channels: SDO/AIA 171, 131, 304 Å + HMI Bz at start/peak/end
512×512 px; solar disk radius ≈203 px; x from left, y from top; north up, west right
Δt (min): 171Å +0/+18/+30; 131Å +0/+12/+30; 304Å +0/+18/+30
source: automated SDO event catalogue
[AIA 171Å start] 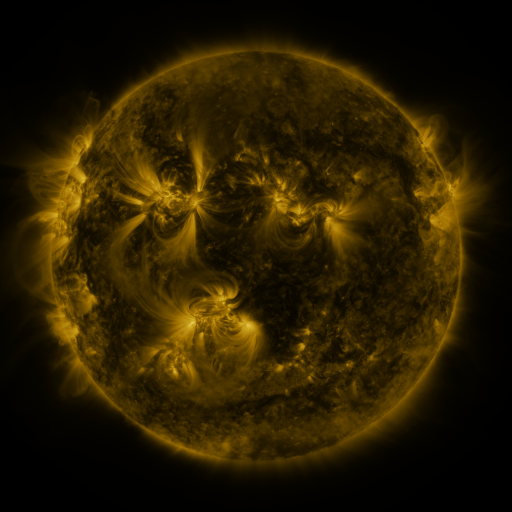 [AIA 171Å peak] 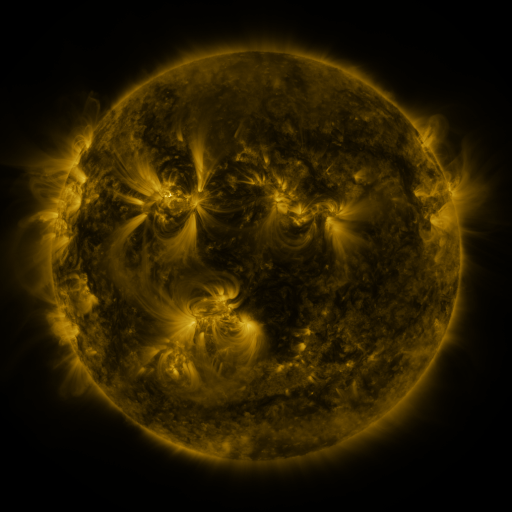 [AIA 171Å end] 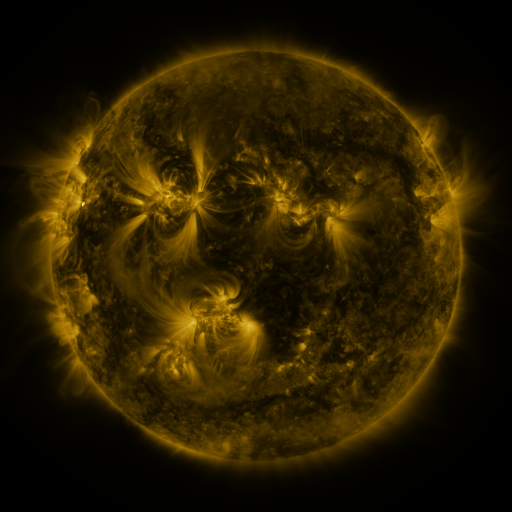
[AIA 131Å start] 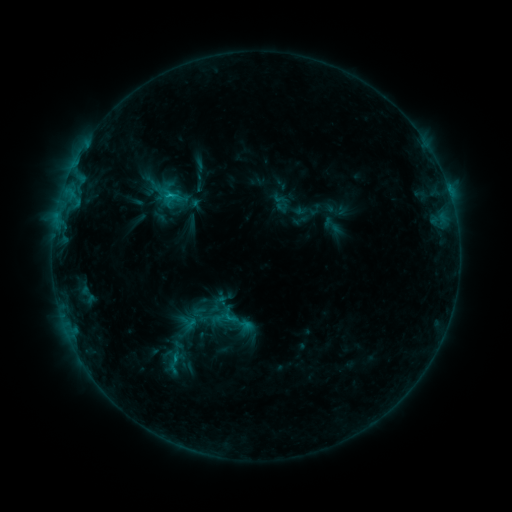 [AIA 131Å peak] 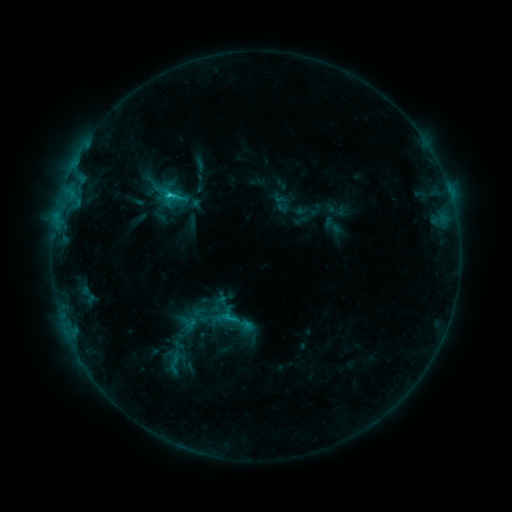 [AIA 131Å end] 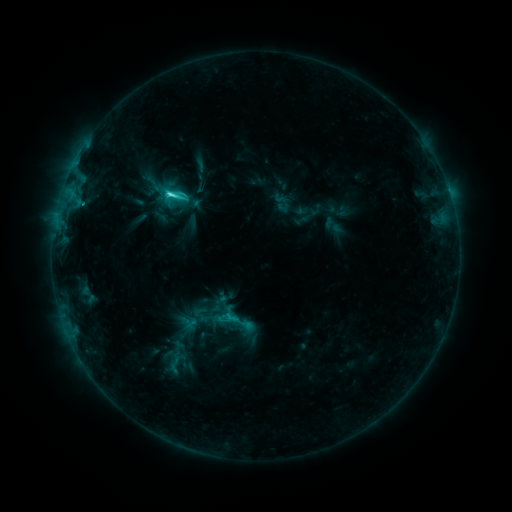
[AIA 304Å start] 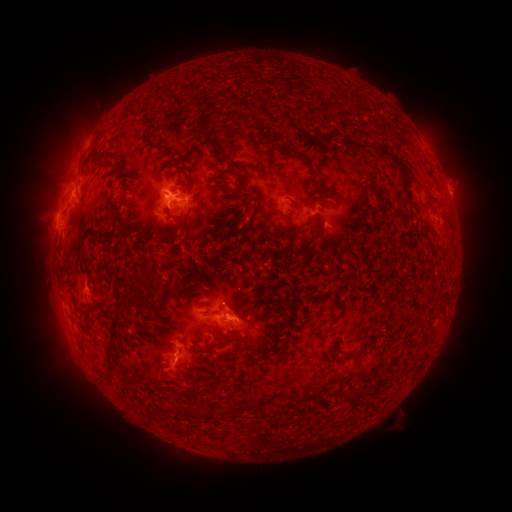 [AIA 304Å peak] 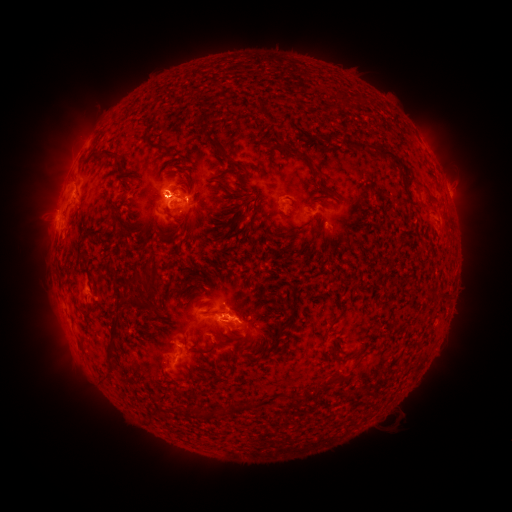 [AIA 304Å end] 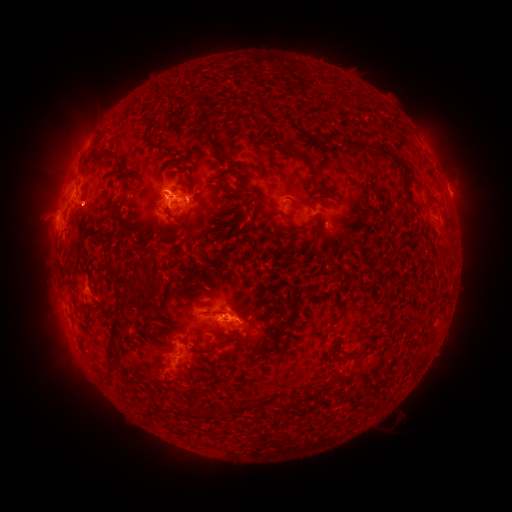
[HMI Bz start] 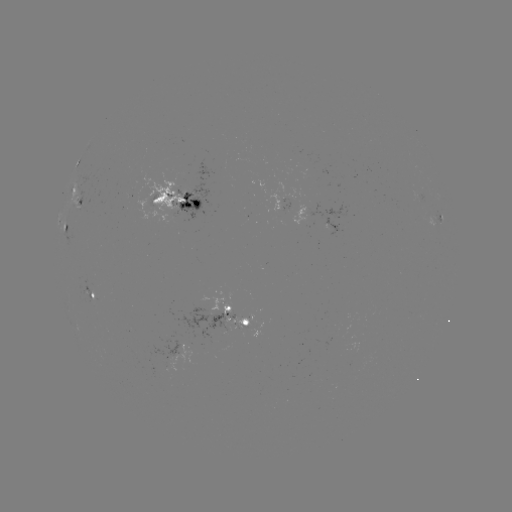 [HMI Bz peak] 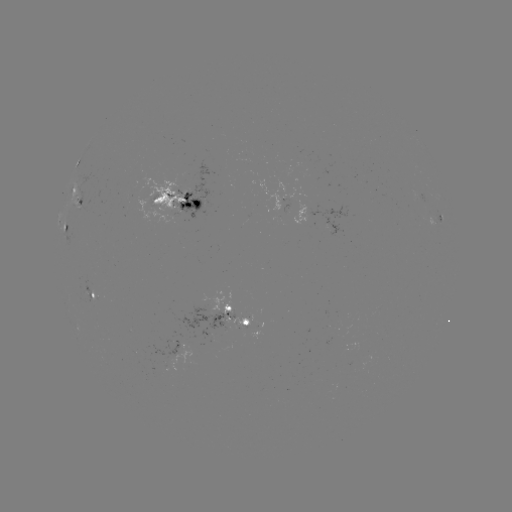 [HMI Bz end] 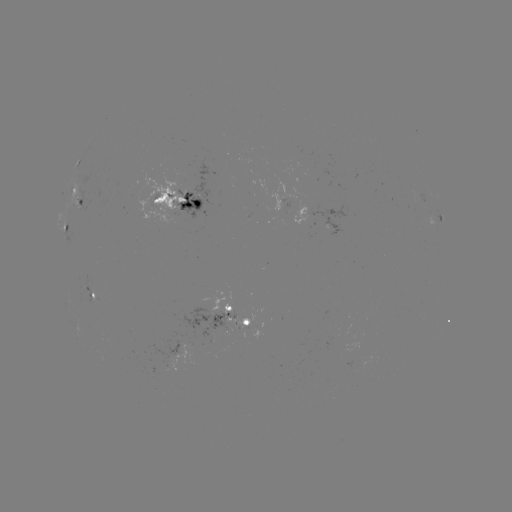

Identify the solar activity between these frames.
C5.3 flare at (168, 197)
